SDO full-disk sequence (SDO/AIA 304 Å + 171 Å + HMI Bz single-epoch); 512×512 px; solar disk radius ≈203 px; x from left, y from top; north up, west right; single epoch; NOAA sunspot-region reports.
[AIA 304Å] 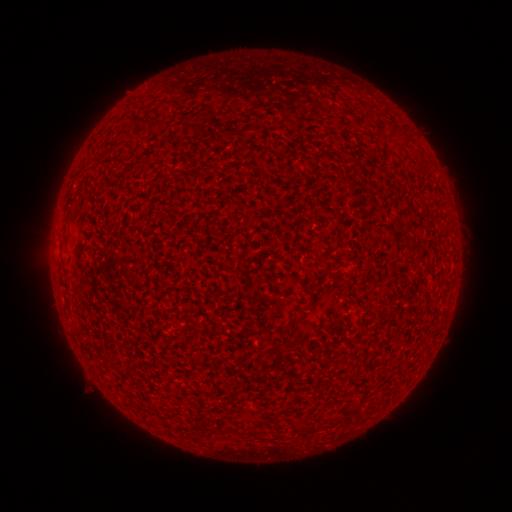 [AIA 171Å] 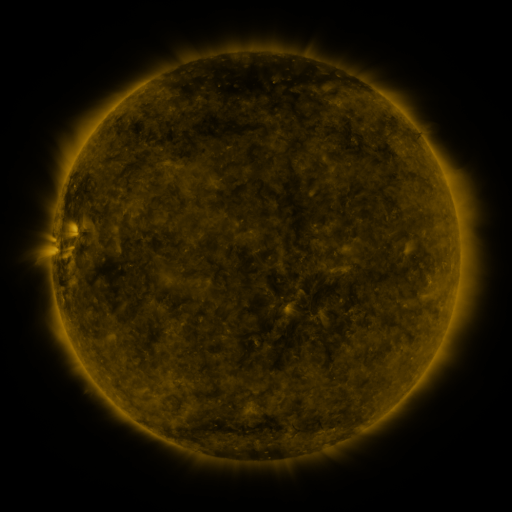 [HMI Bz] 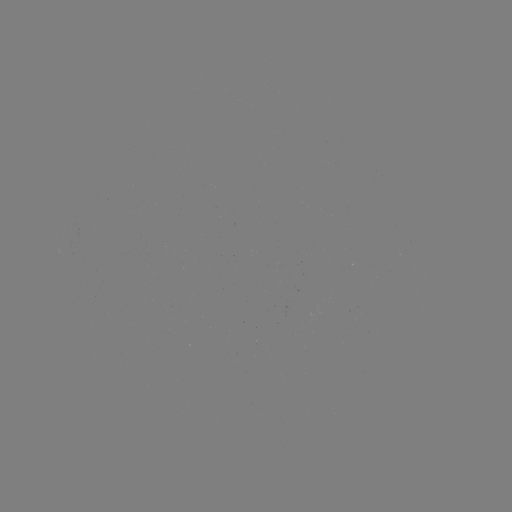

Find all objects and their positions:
(none)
